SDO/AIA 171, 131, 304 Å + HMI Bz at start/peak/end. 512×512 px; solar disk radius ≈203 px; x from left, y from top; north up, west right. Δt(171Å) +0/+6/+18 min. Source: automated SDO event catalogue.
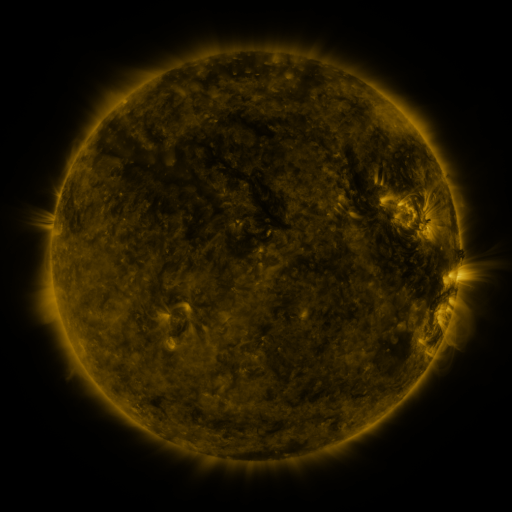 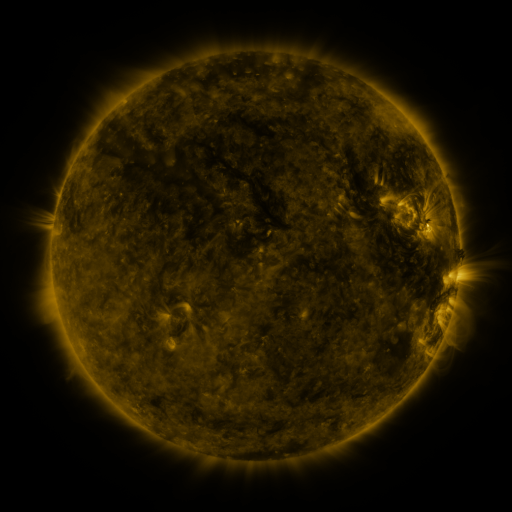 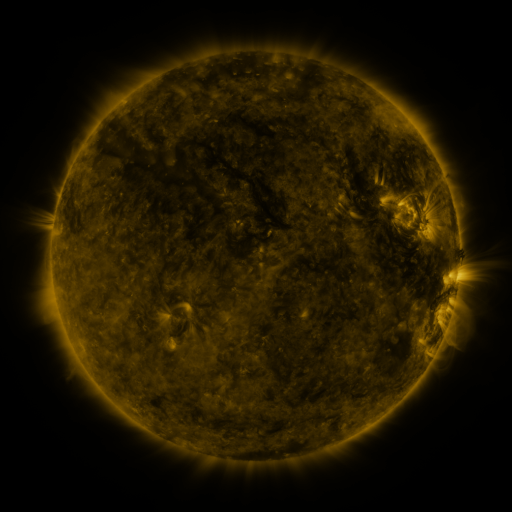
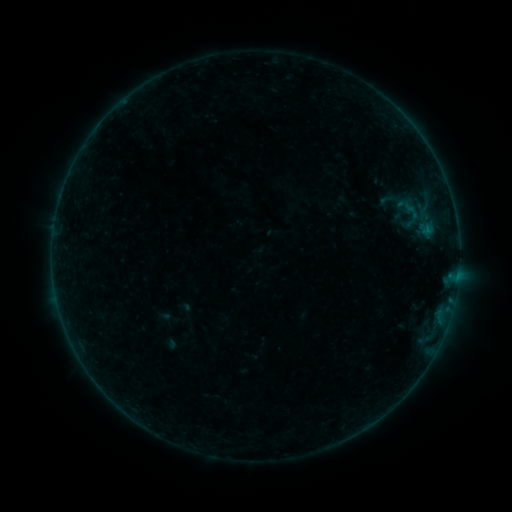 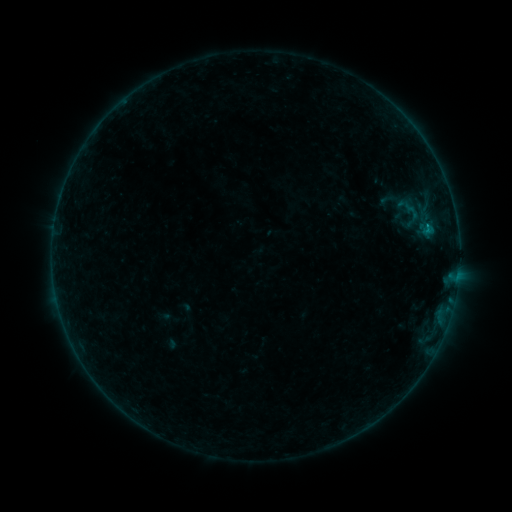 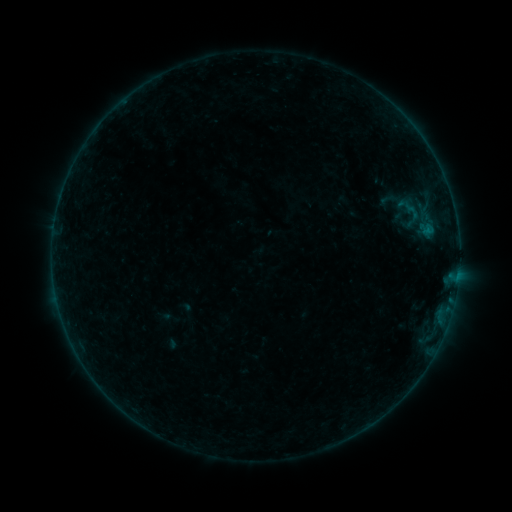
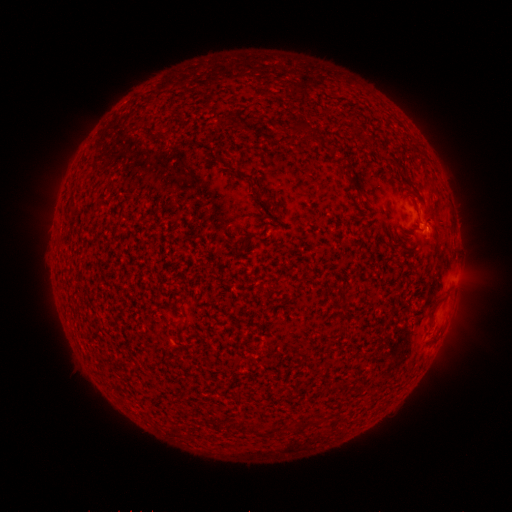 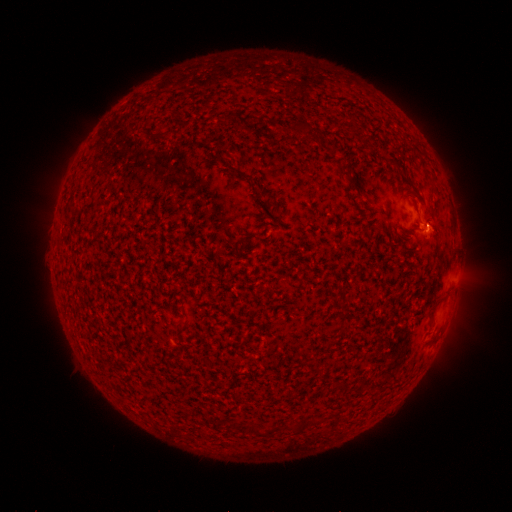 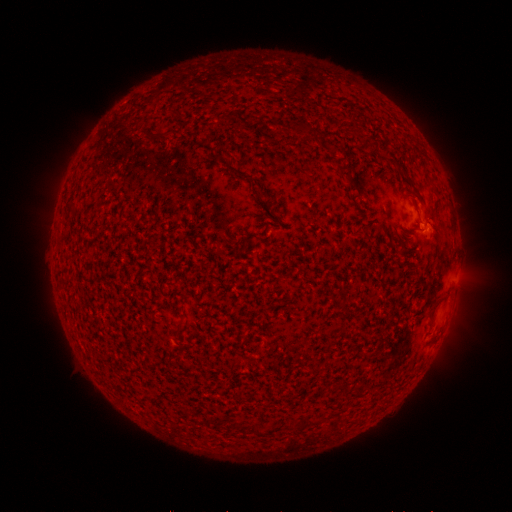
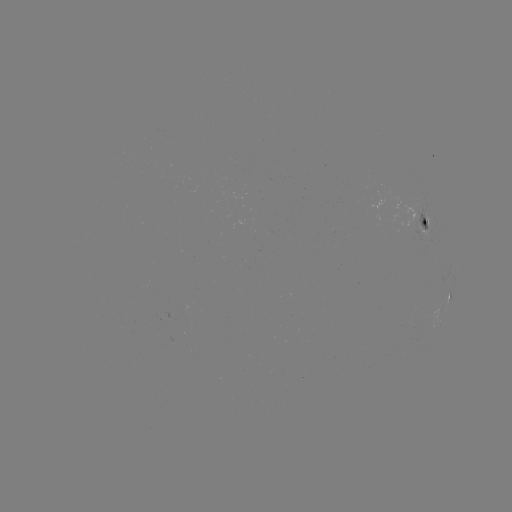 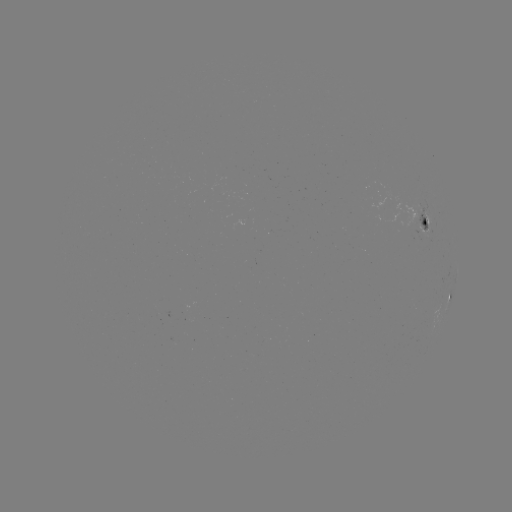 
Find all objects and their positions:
B1.6 flare: (427, 232)
